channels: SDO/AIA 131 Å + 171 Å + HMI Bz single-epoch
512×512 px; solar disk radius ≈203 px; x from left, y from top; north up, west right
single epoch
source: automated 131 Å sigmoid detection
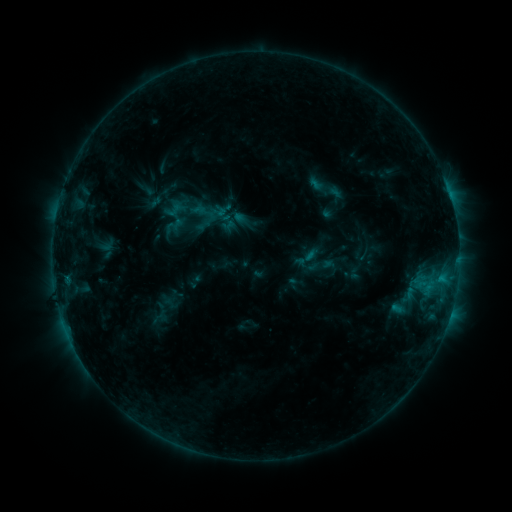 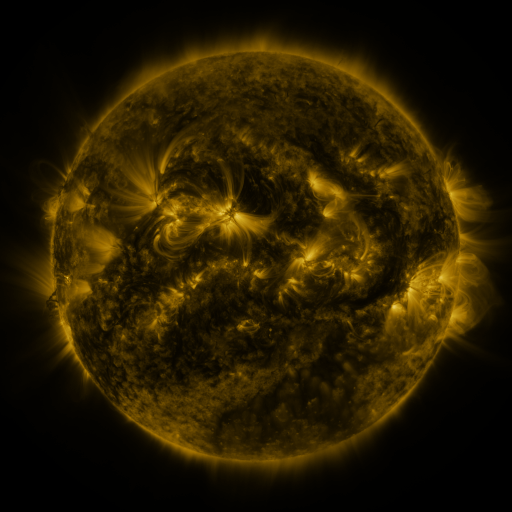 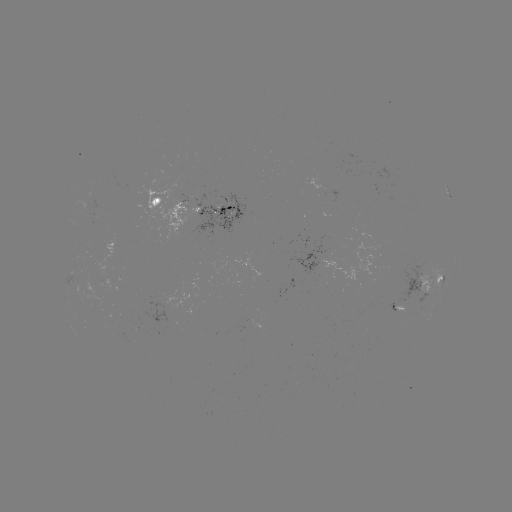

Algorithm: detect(sigmoid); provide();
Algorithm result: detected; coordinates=(176, 210)